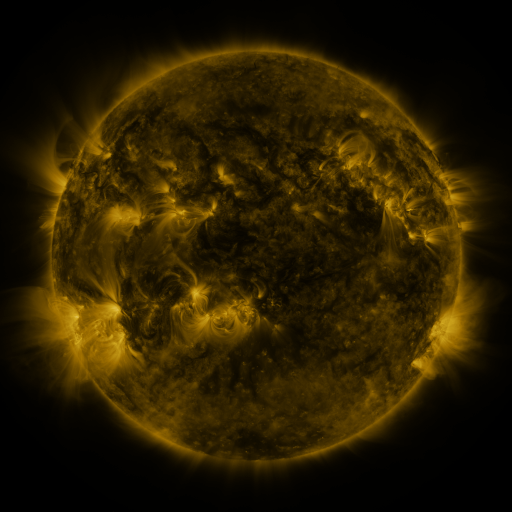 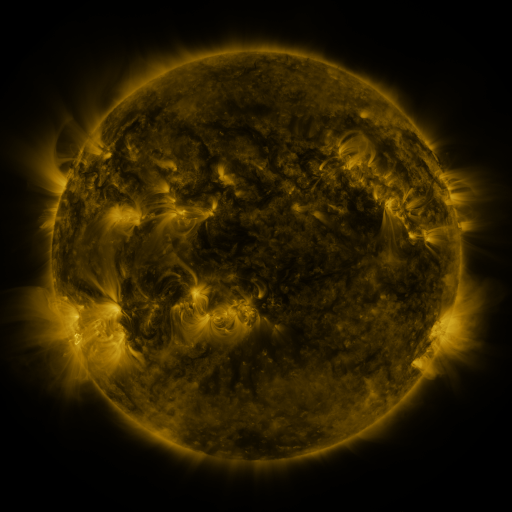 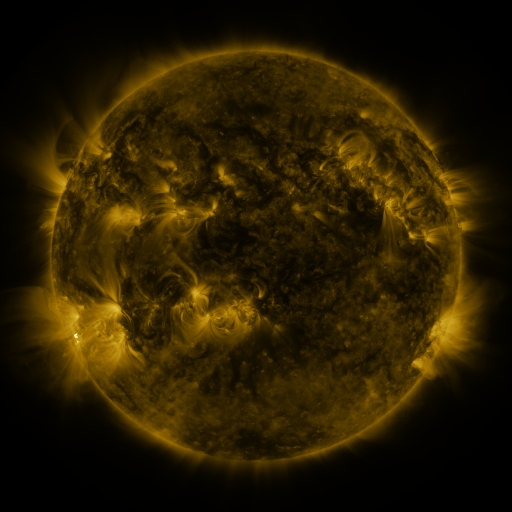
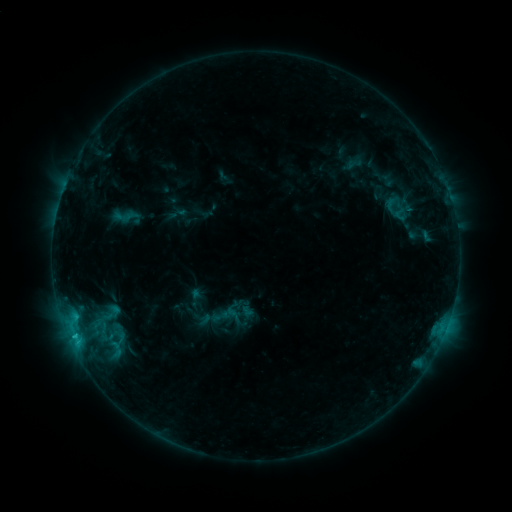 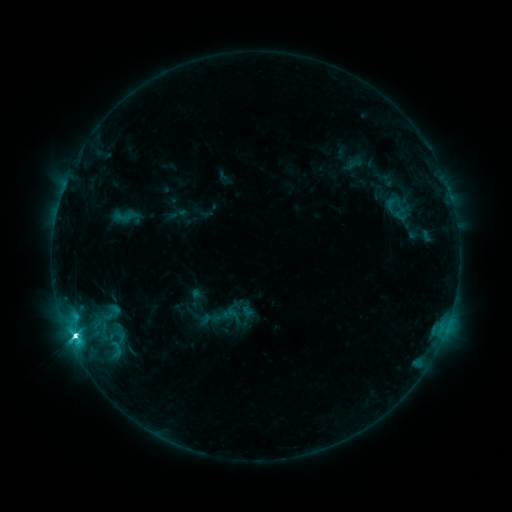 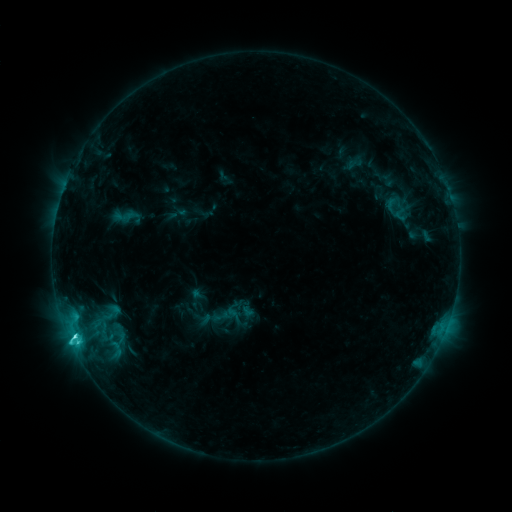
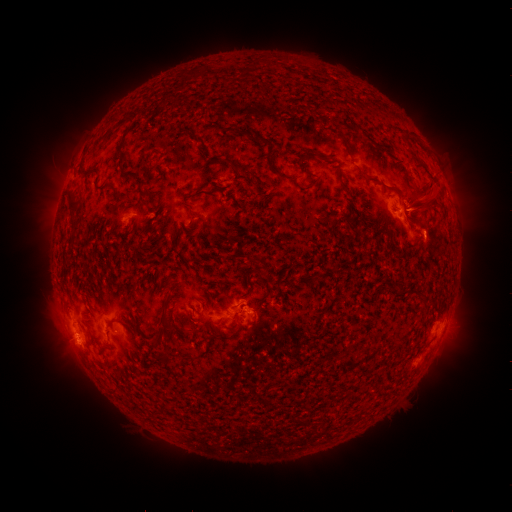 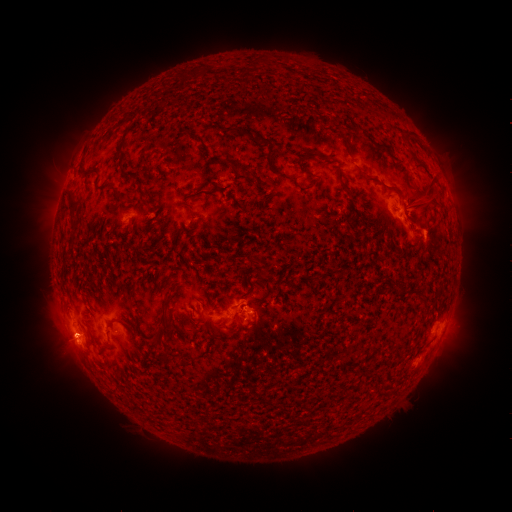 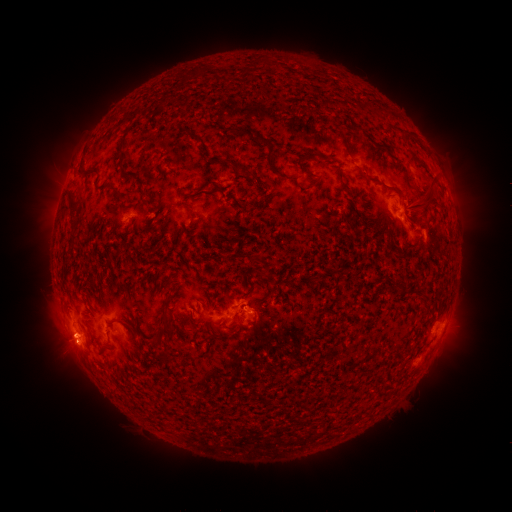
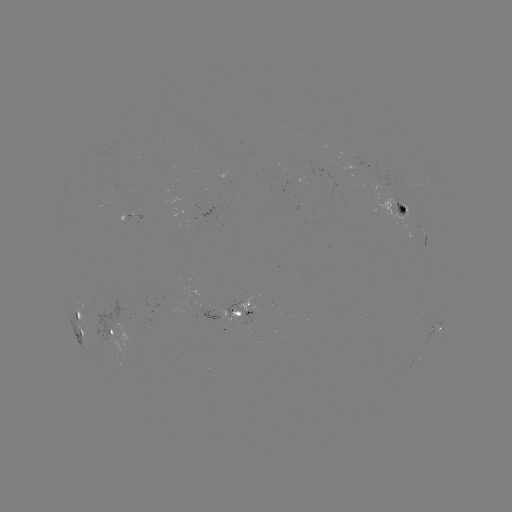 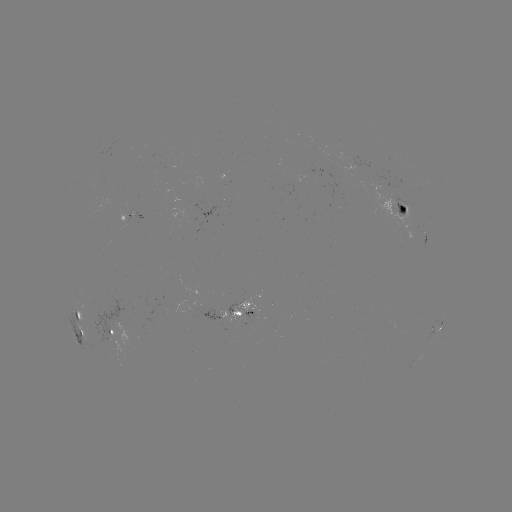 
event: flare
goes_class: C7.3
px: (75, 333)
